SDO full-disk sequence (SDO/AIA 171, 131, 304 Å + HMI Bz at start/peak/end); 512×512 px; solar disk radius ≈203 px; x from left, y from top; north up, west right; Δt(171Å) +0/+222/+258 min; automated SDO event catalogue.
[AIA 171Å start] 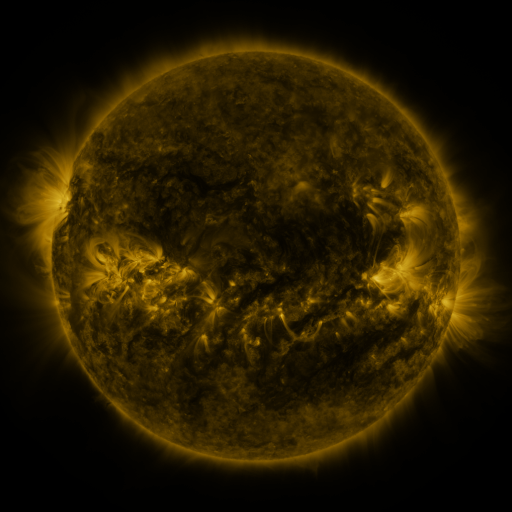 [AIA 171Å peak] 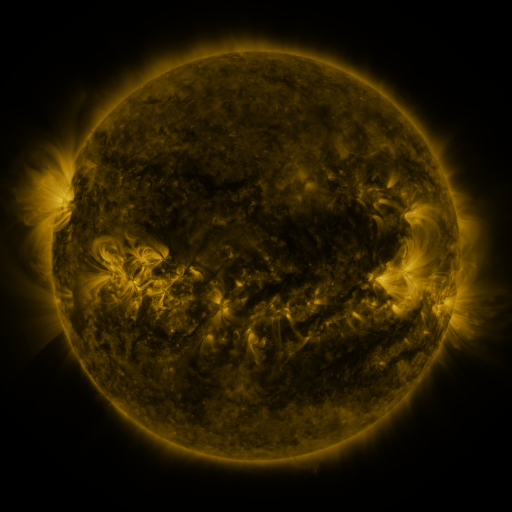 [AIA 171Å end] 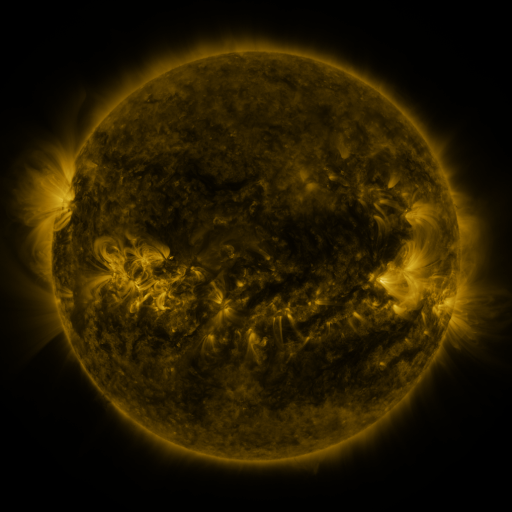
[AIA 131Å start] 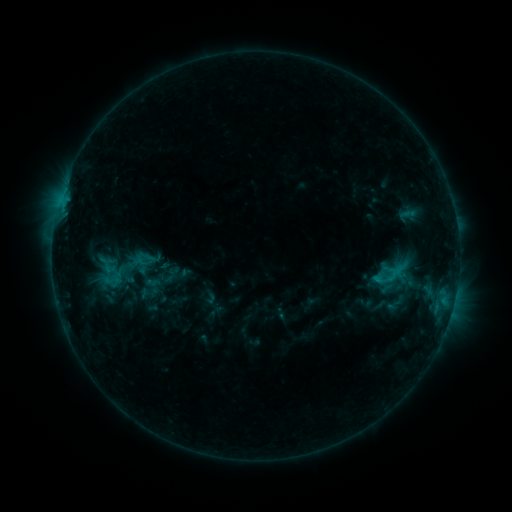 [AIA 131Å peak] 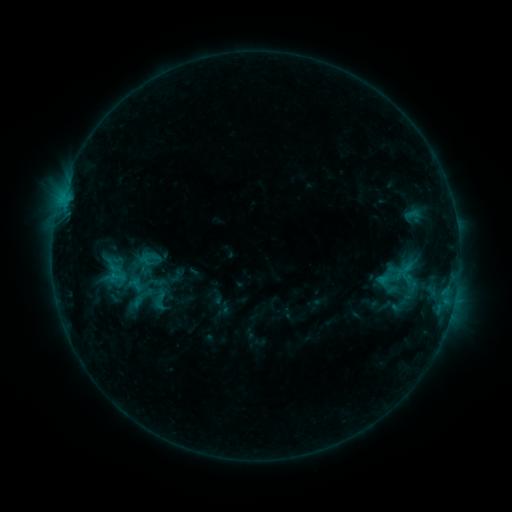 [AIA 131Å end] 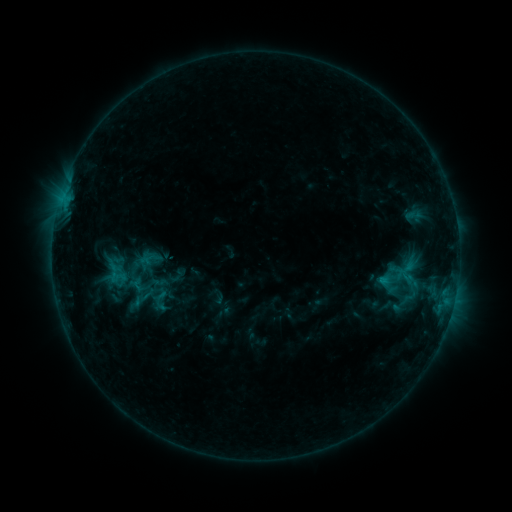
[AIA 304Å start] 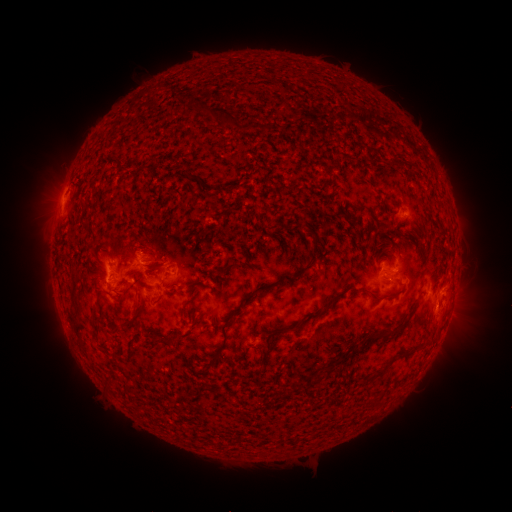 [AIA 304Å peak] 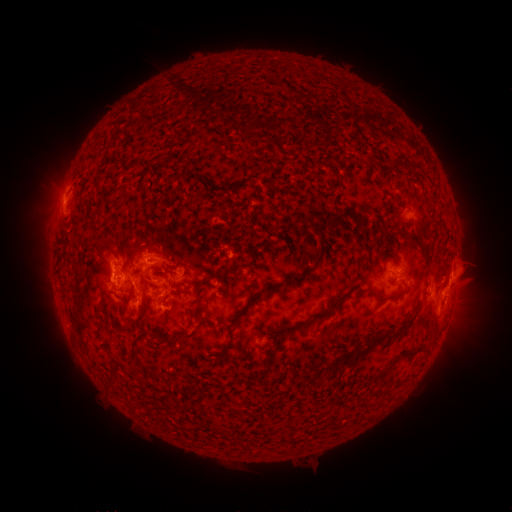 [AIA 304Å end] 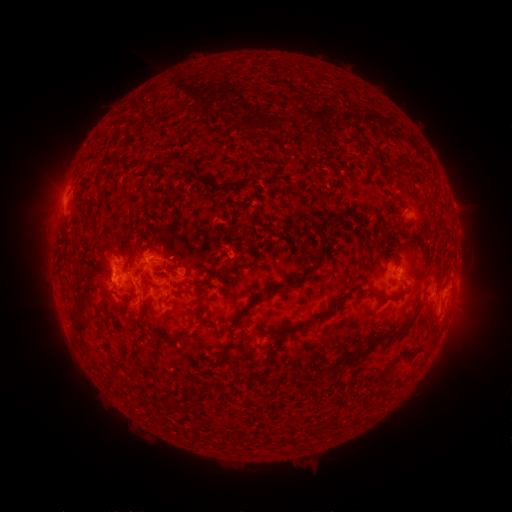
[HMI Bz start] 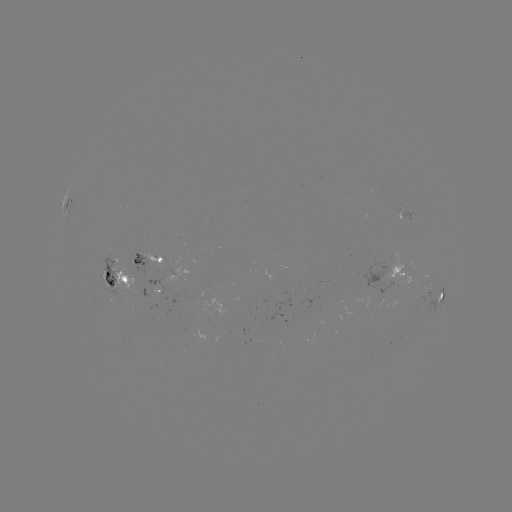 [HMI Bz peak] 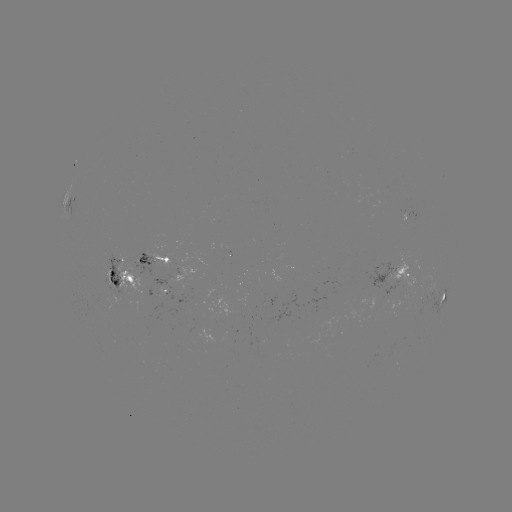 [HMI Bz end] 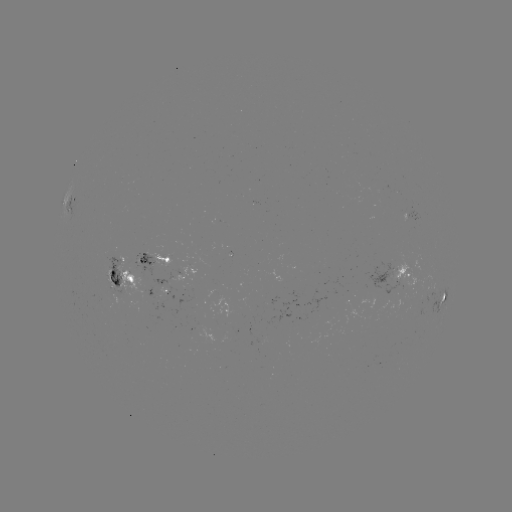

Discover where emerging-flux region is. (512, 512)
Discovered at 387,270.